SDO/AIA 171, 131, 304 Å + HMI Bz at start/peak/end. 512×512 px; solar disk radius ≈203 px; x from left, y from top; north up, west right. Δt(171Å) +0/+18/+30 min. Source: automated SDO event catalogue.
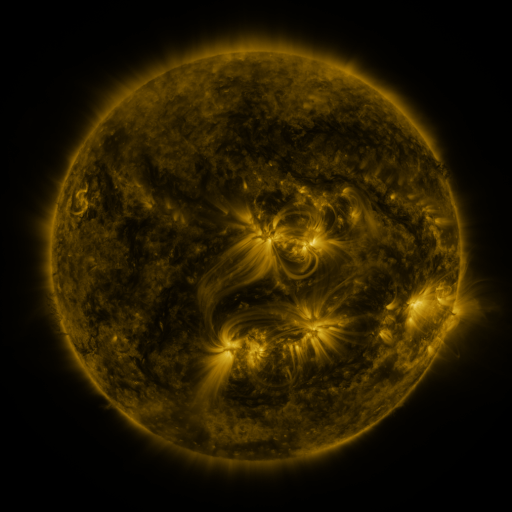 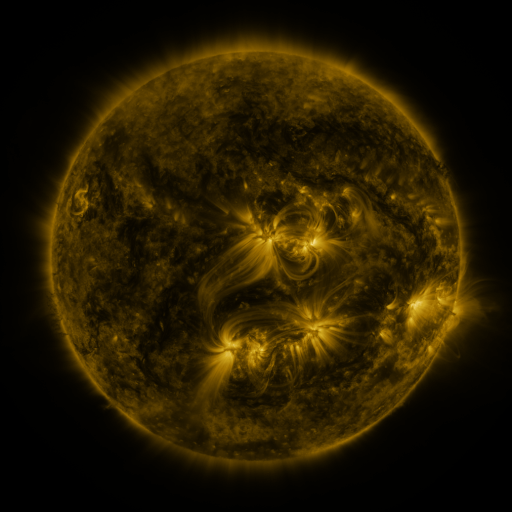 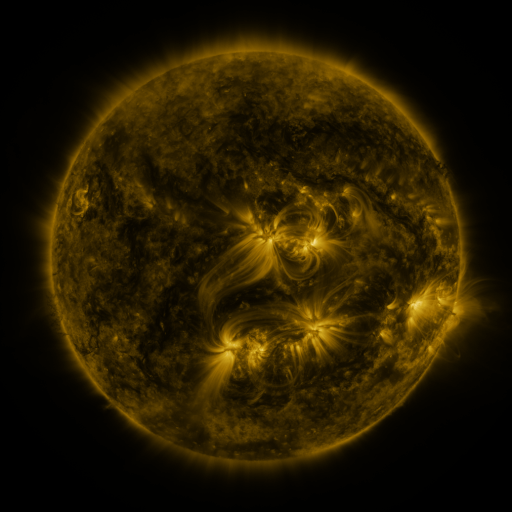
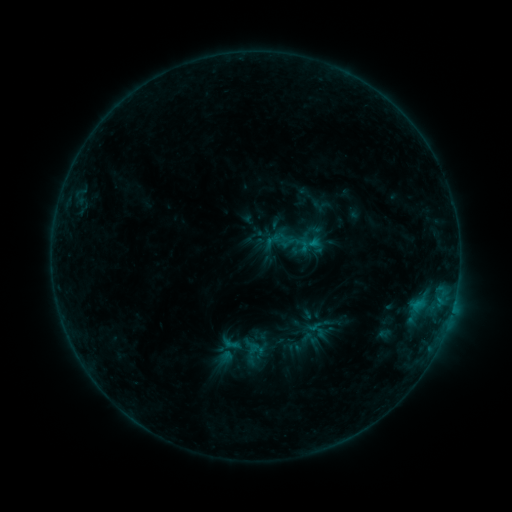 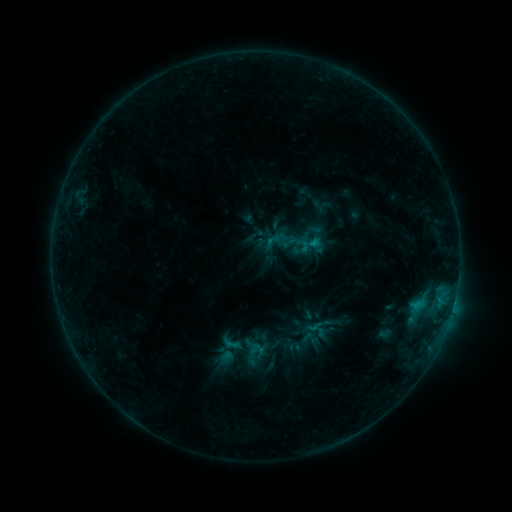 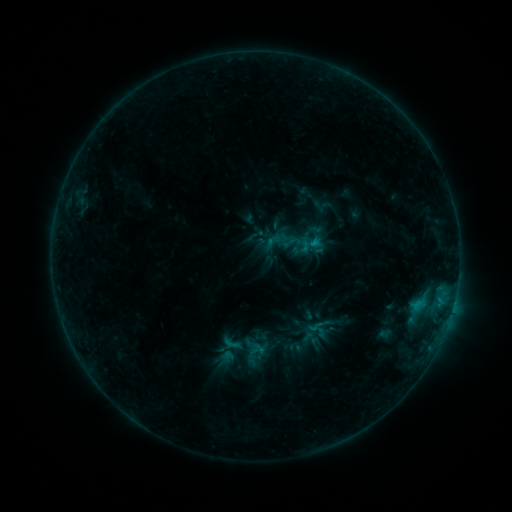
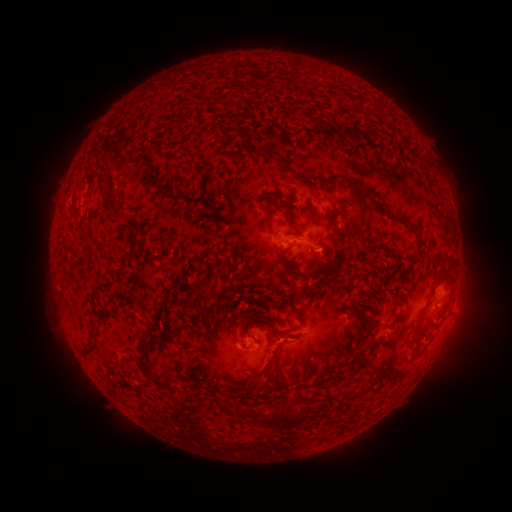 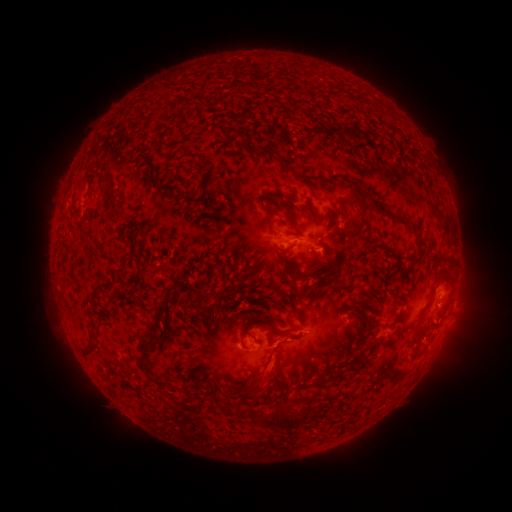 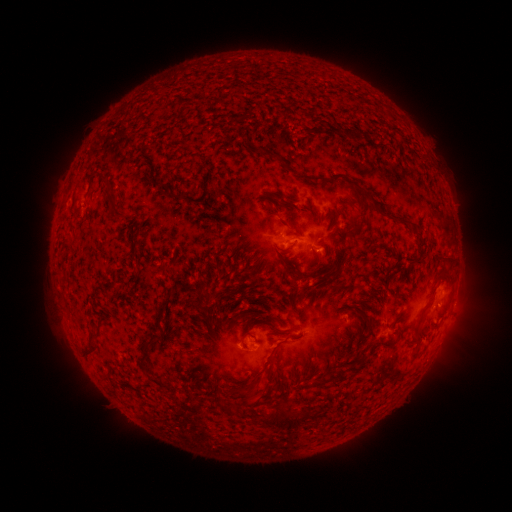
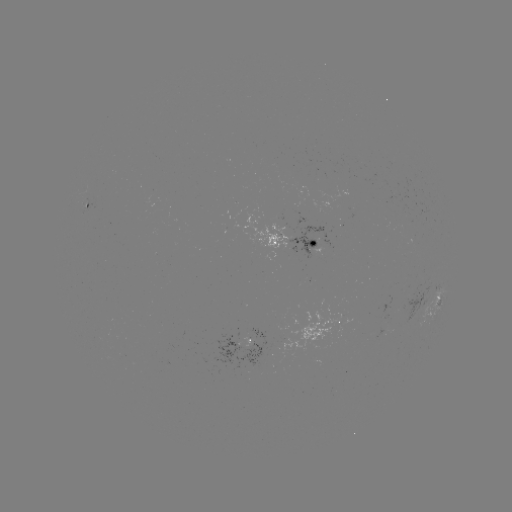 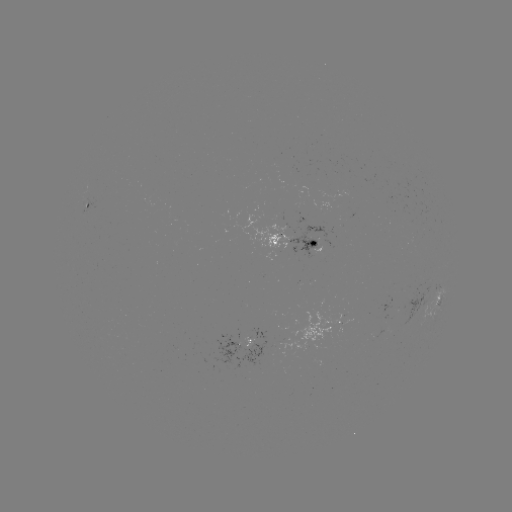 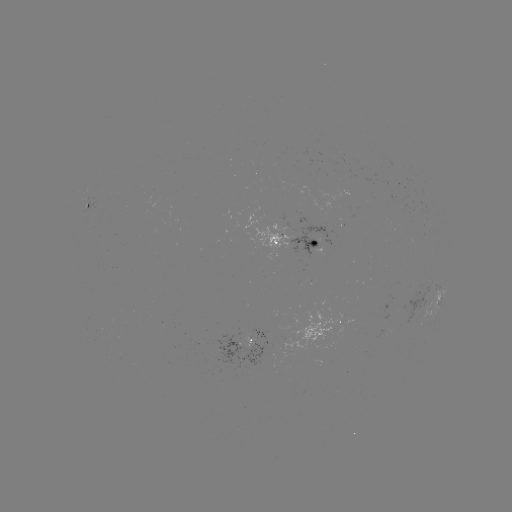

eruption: [247, 347, 293, 398]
